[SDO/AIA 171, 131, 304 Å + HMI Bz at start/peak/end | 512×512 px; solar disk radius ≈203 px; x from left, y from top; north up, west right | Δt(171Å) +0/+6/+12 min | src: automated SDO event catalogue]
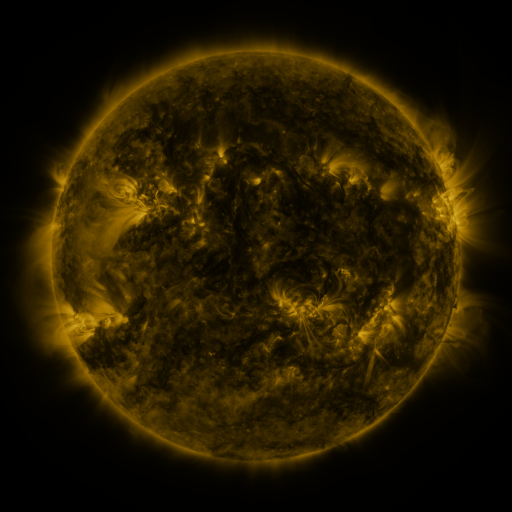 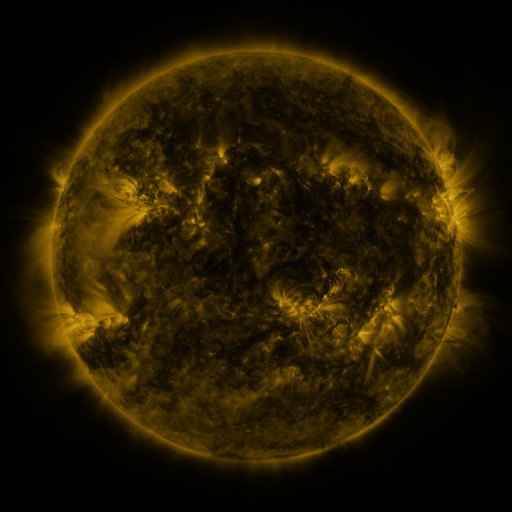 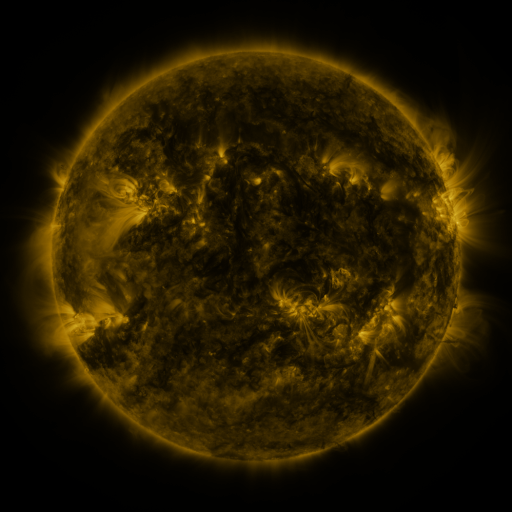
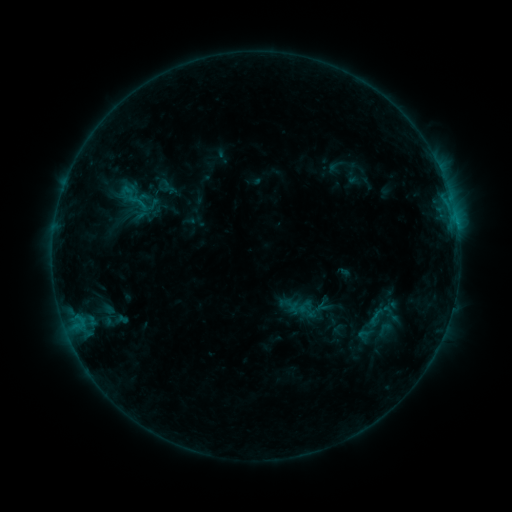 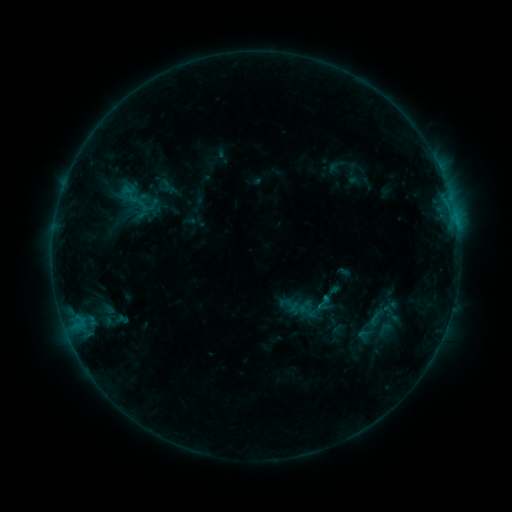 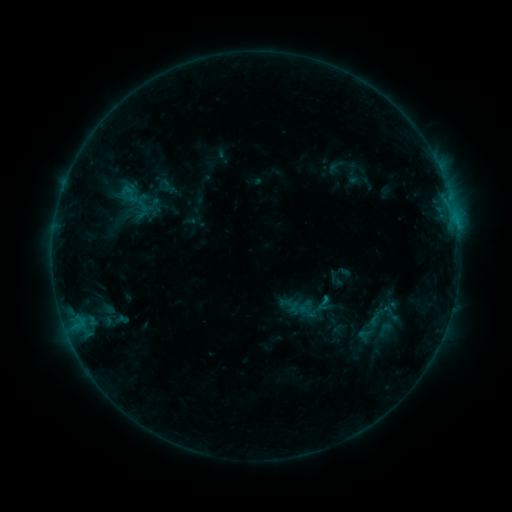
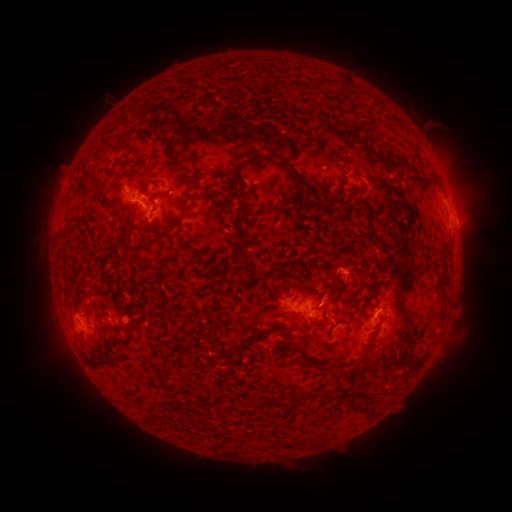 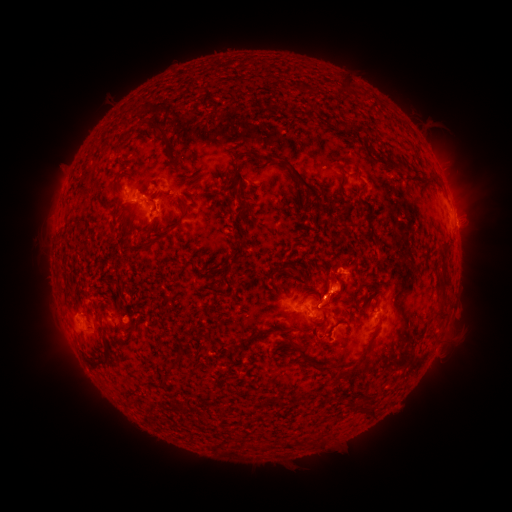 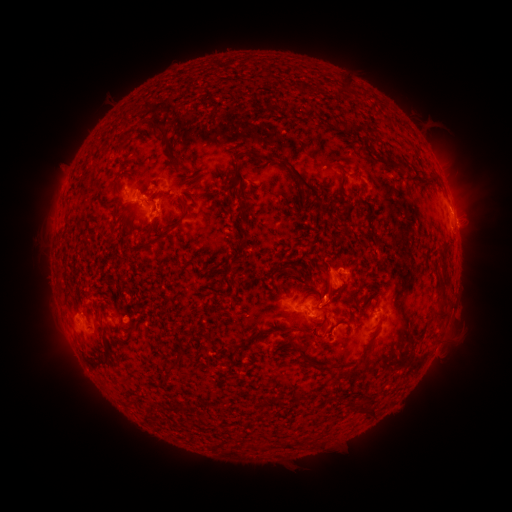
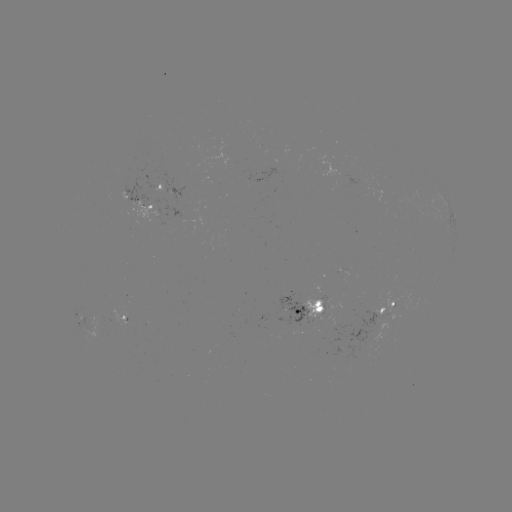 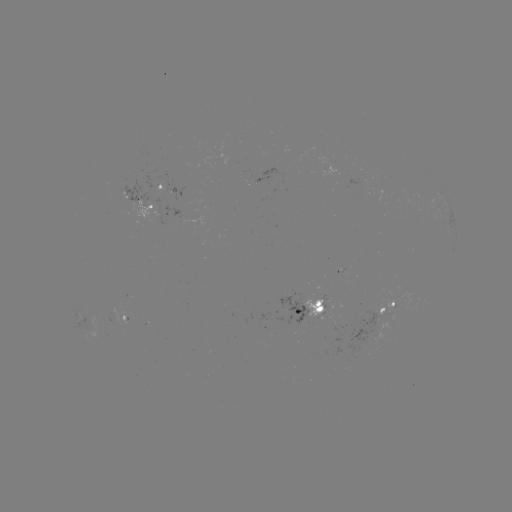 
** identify eruption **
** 338,287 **